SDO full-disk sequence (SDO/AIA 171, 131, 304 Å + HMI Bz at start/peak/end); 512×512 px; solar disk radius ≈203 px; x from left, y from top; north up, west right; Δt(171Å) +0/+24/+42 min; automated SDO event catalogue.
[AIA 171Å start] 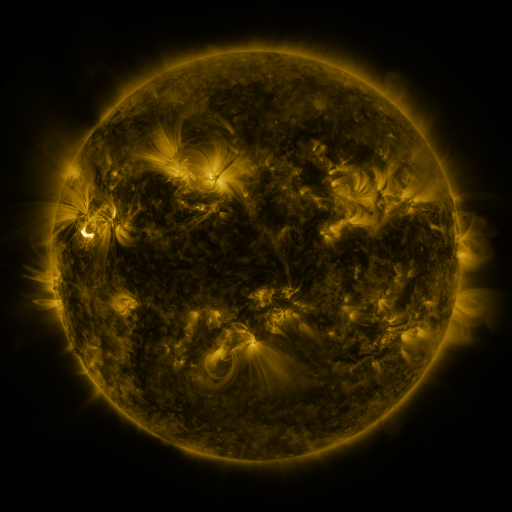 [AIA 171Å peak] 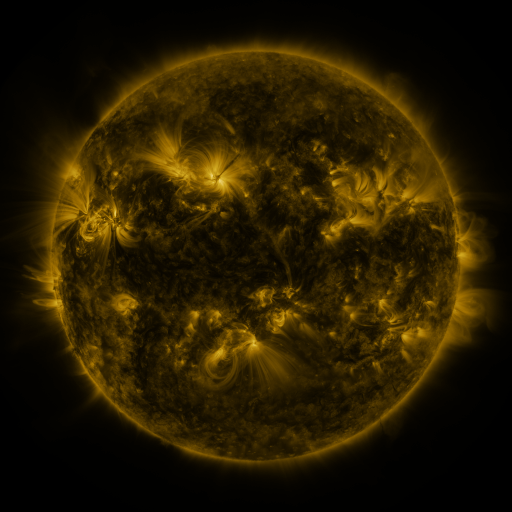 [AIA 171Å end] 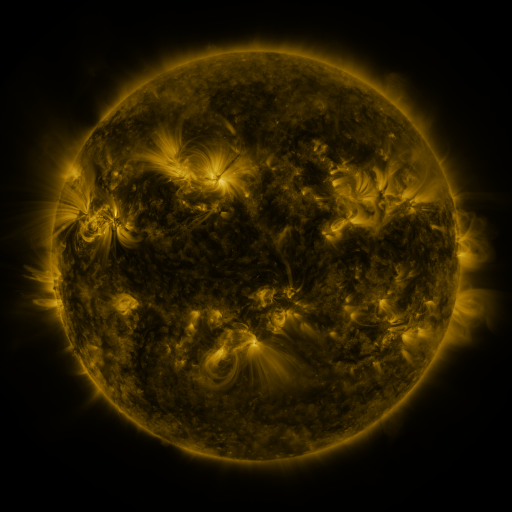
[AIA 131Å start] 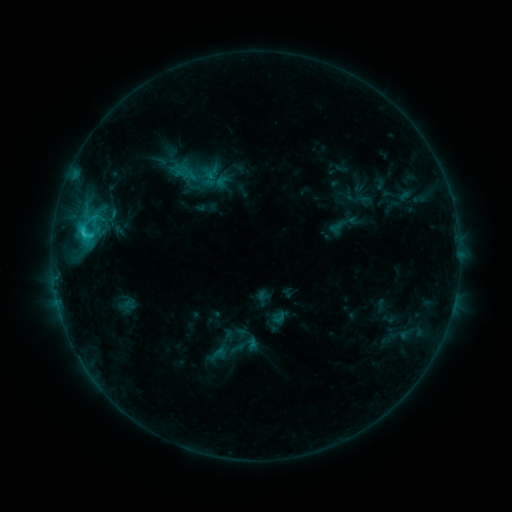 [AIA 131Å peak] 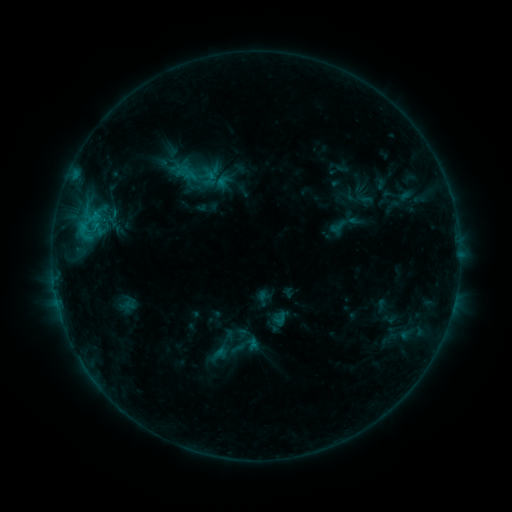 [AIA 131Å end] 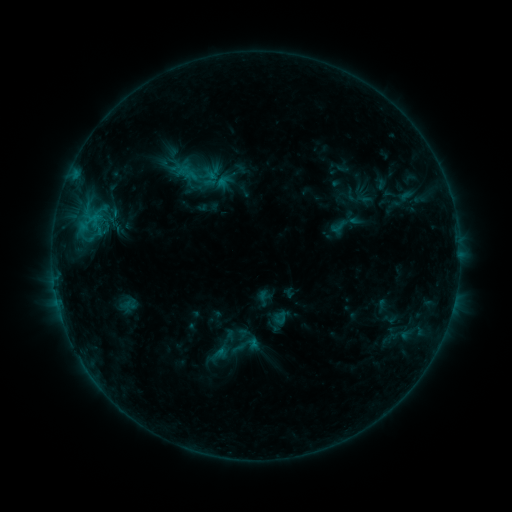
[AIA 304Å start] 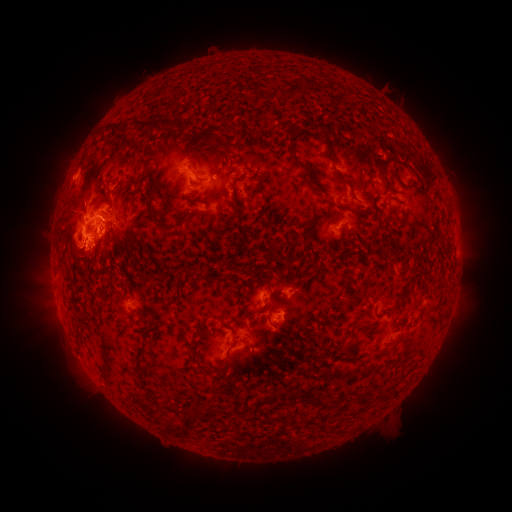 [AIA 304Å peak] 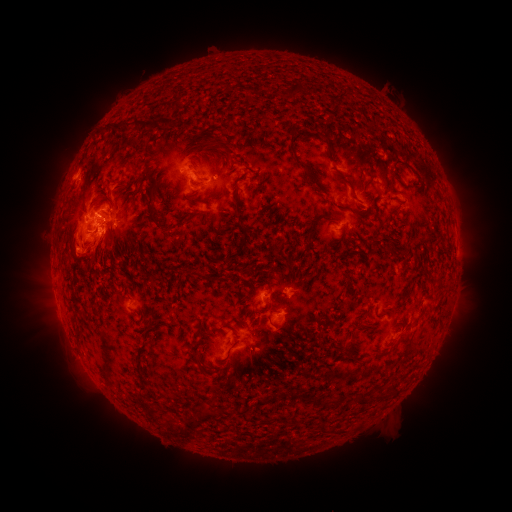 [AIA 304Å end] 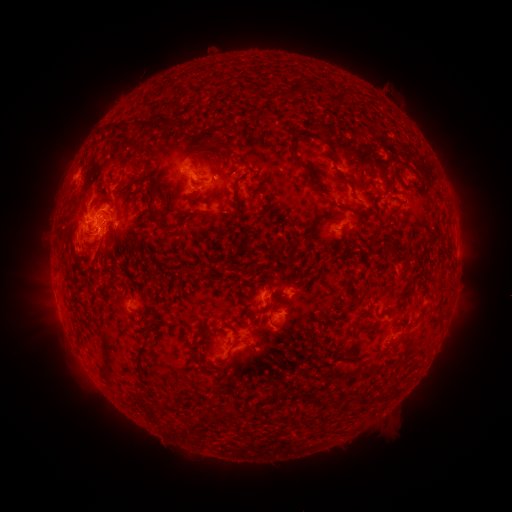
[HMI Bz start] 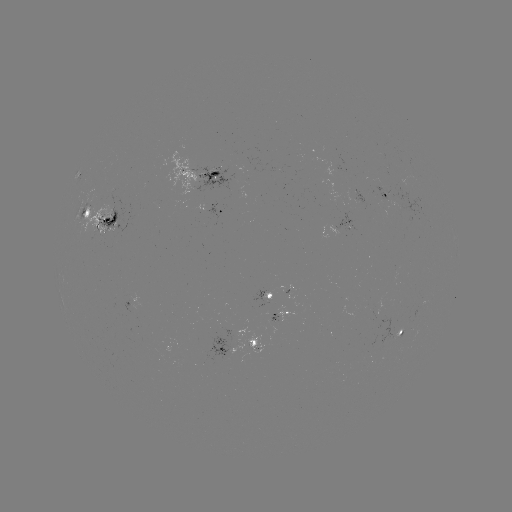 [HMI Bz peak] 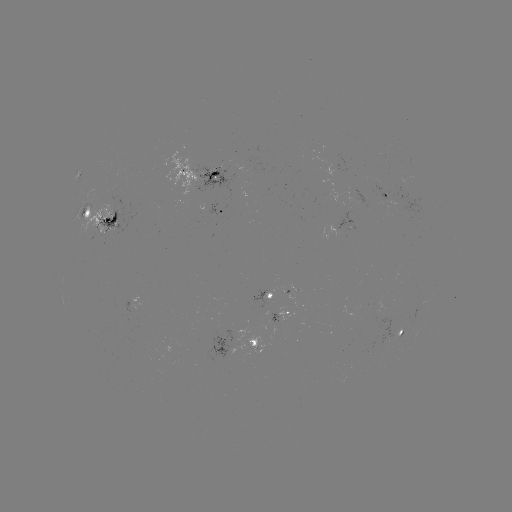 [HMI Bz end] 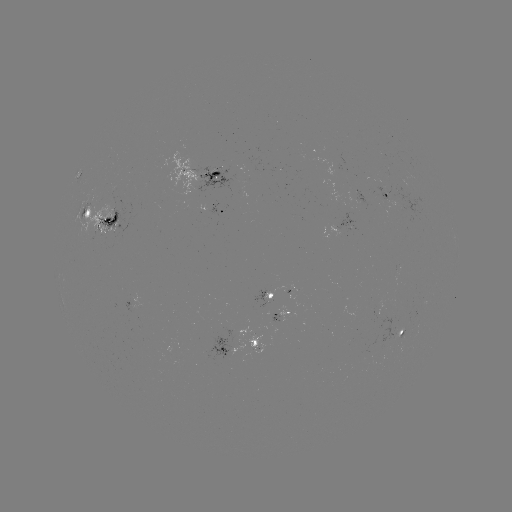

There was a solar eruption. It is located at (87, 244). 